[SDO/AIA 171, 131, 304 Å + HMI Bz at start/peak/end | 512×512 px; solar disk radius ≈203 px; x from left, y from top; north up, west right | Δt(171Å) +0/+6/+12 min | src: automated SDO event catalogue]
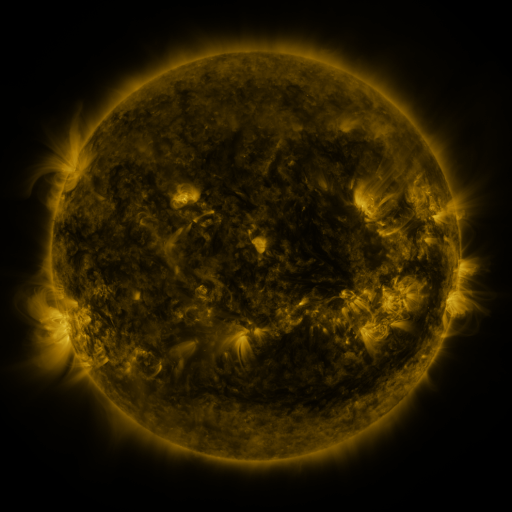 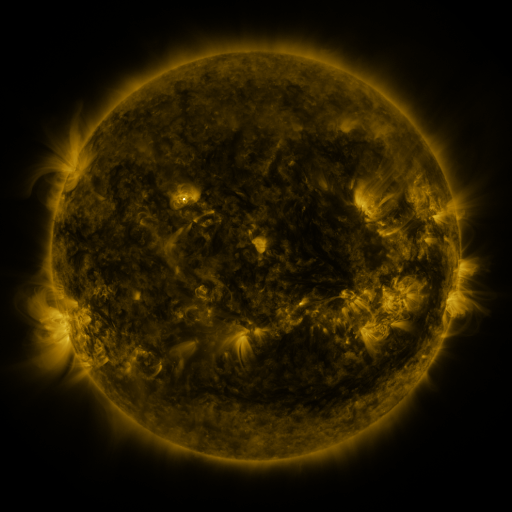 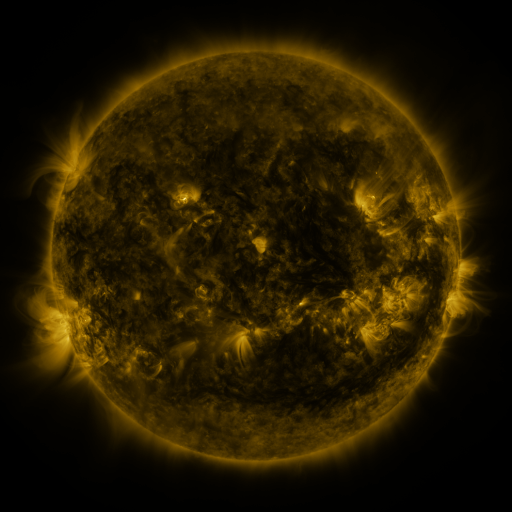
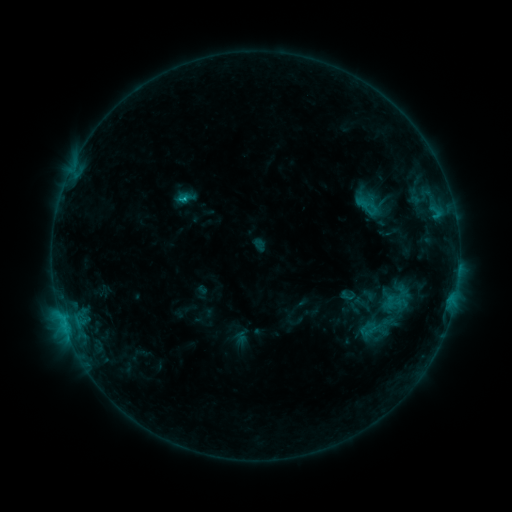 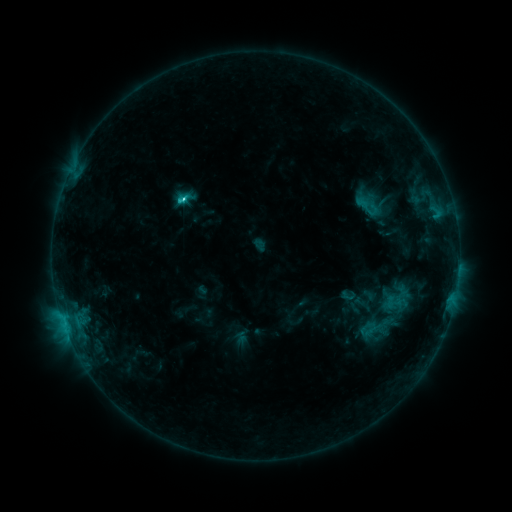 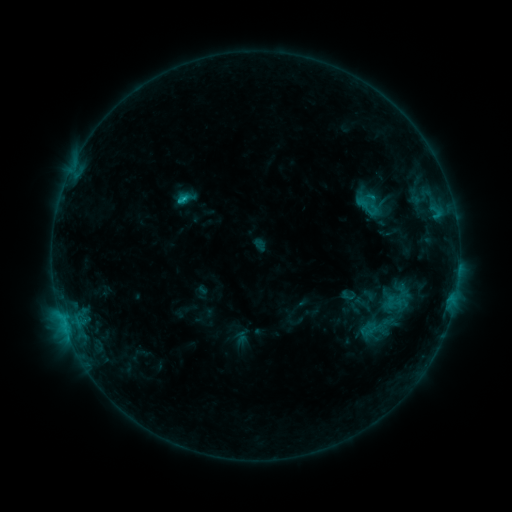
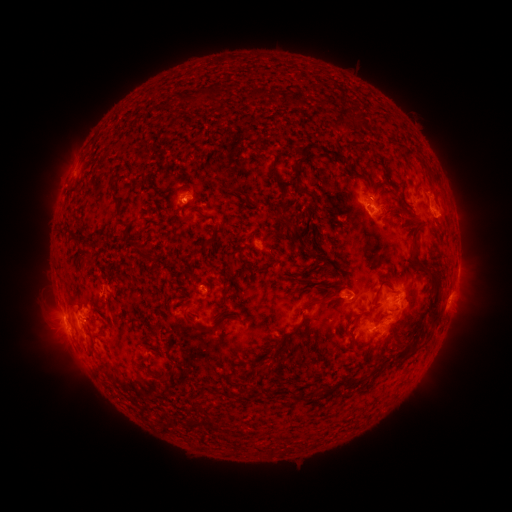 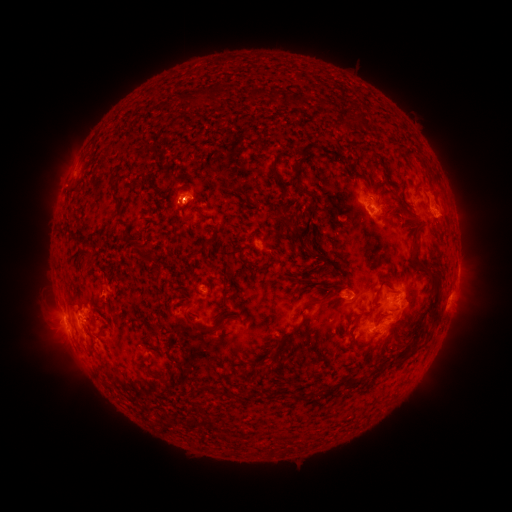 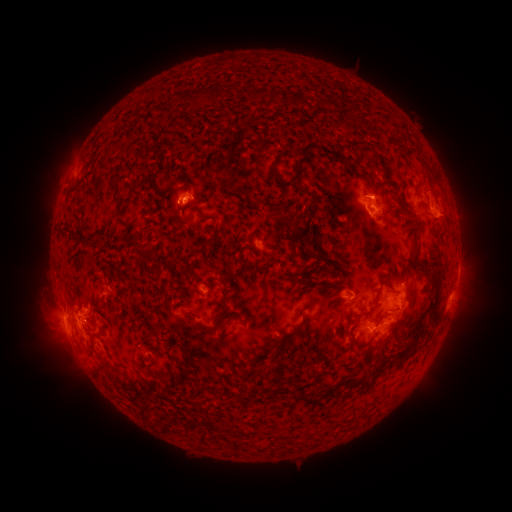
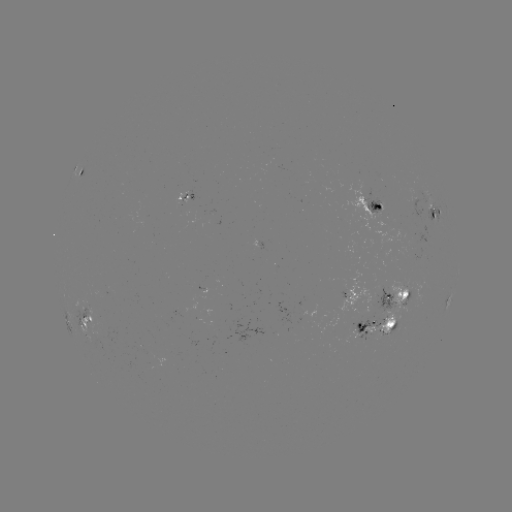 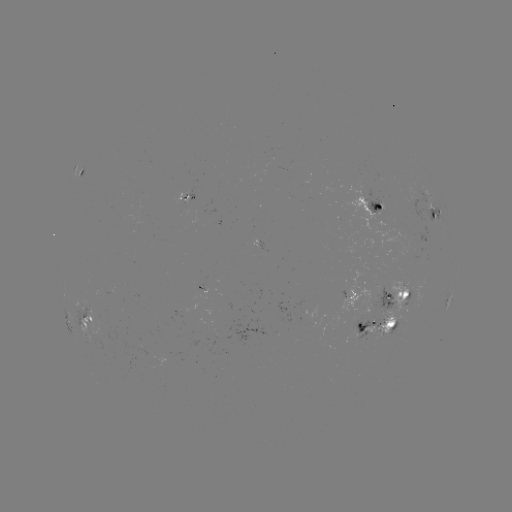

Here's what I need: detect C2.6 flare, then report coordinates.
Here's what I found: C2.6 flare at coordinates [185, 201].